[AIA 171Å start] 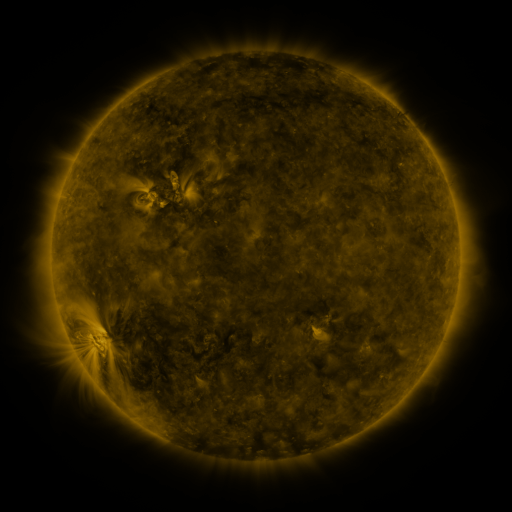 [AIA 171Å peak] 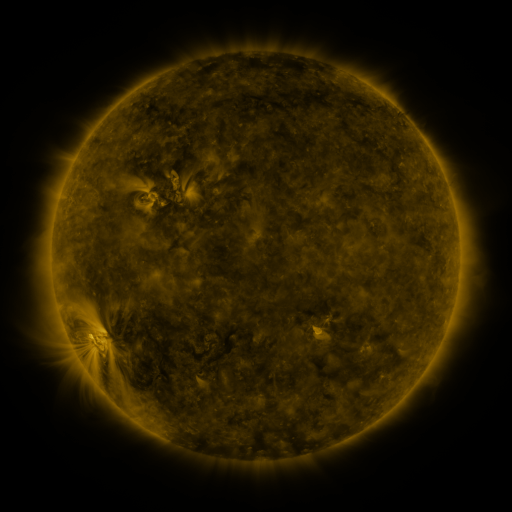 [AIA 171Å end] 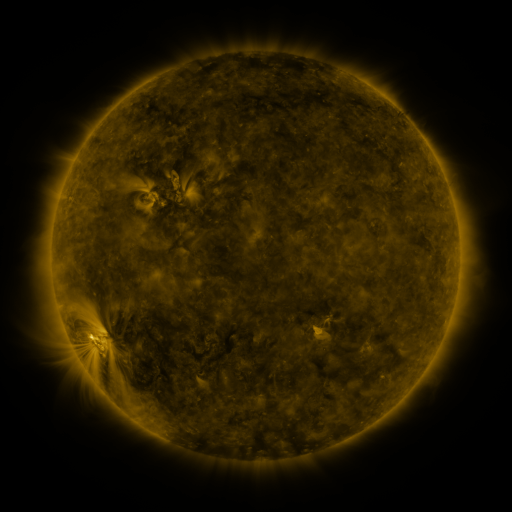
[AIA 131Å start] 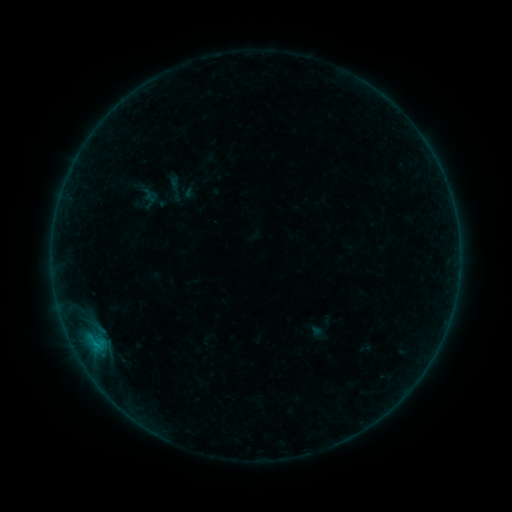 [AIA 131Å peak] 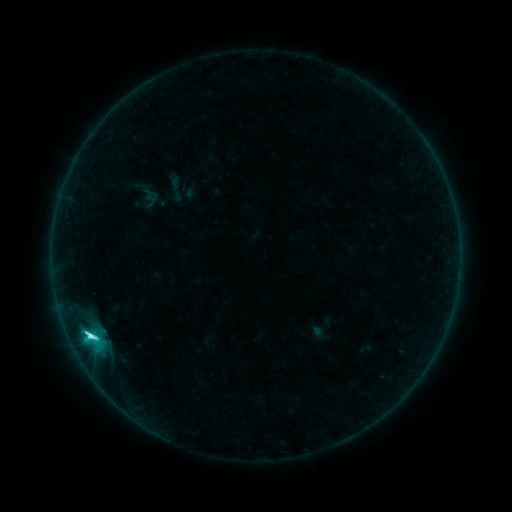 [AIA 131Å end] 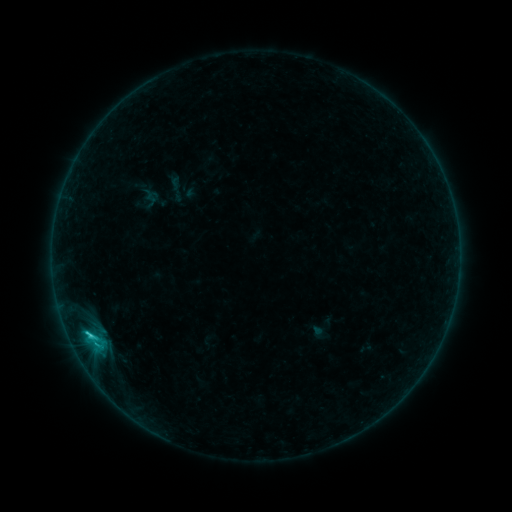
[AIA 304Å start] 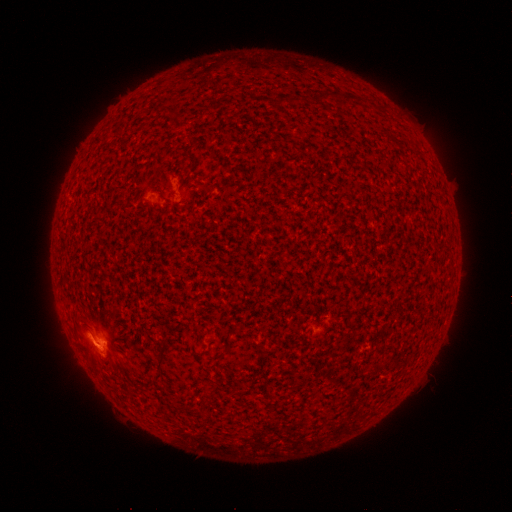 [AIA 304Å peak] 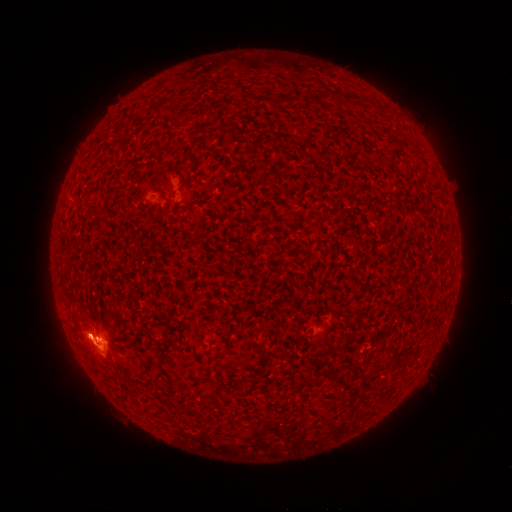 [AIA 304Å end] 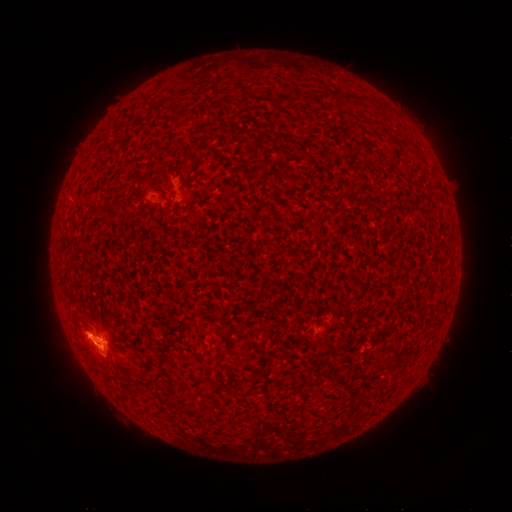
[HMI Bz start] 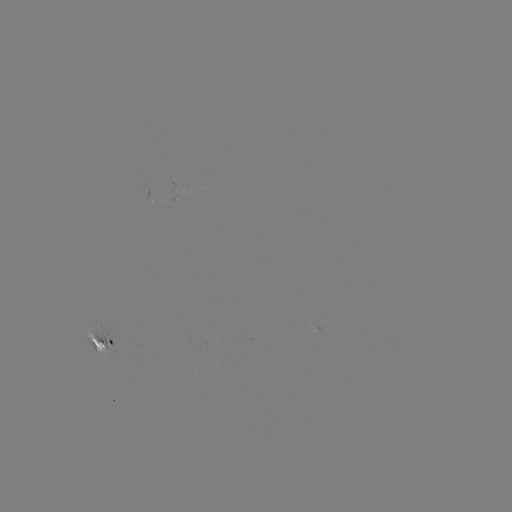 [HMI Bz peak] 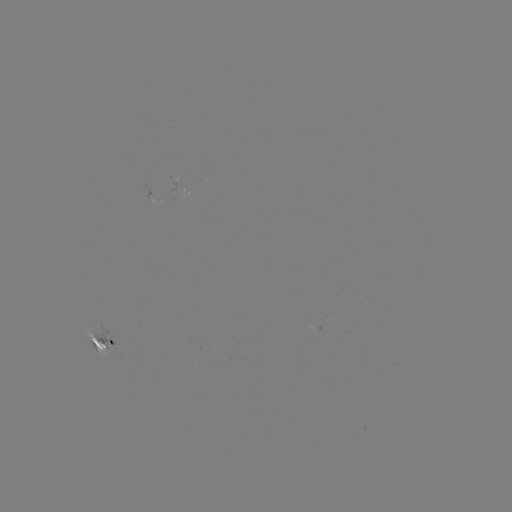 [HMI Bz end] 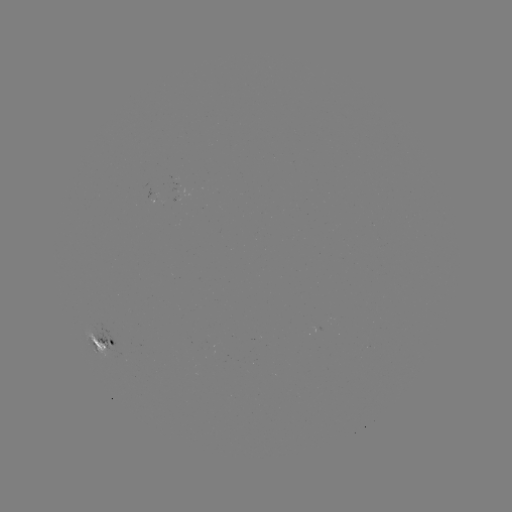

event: flare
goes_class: C7.3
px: (91, 335)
